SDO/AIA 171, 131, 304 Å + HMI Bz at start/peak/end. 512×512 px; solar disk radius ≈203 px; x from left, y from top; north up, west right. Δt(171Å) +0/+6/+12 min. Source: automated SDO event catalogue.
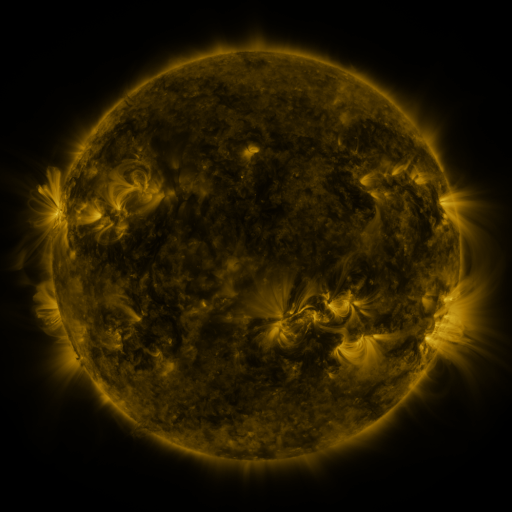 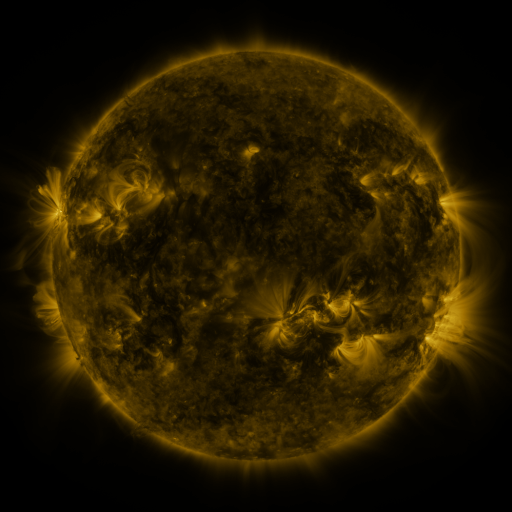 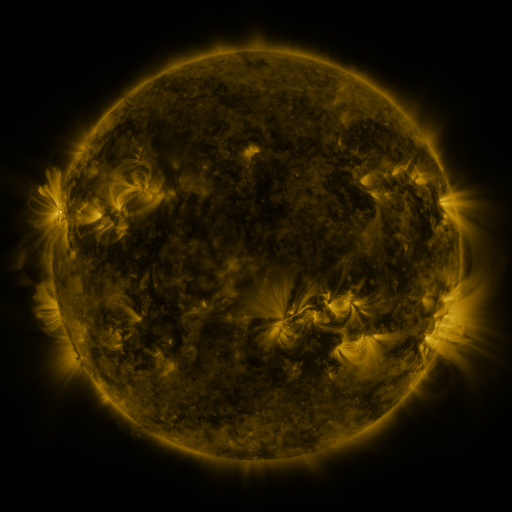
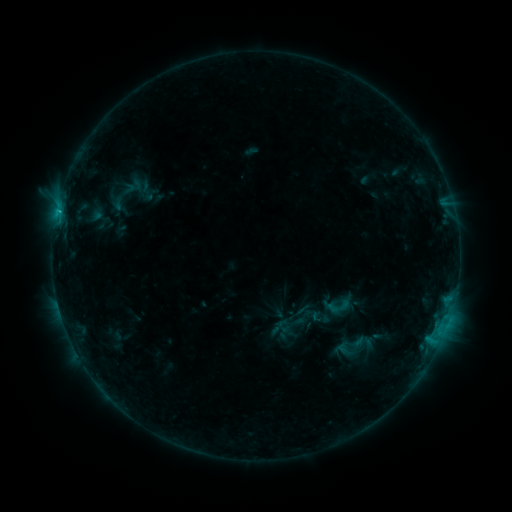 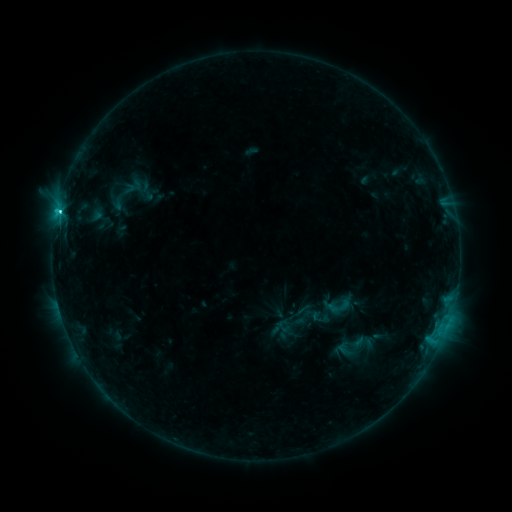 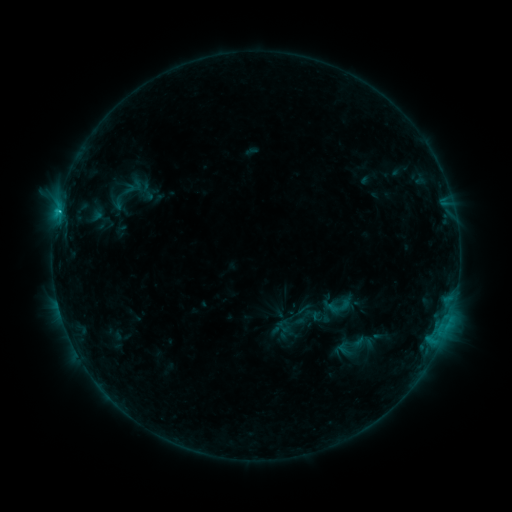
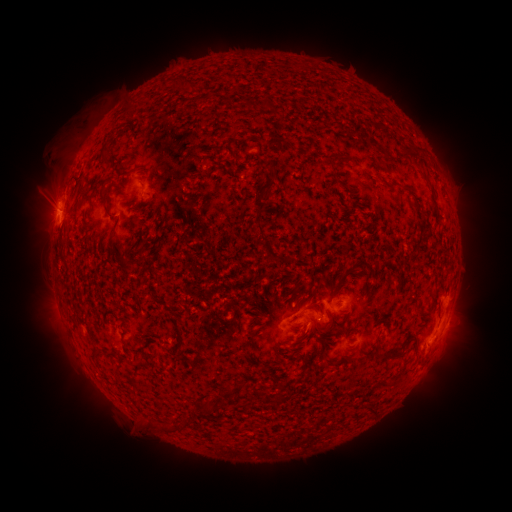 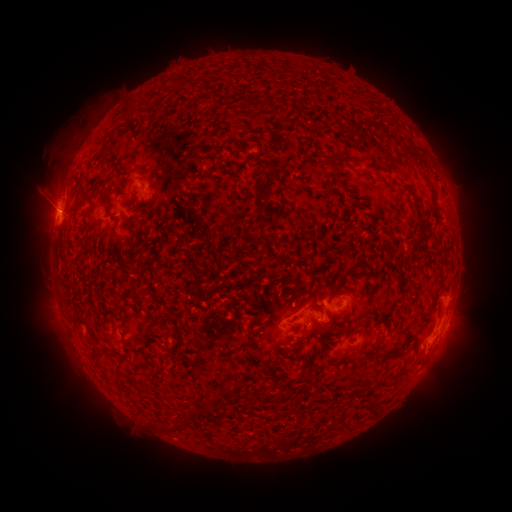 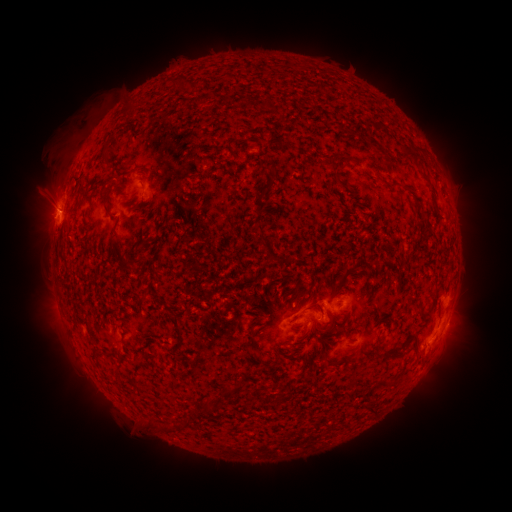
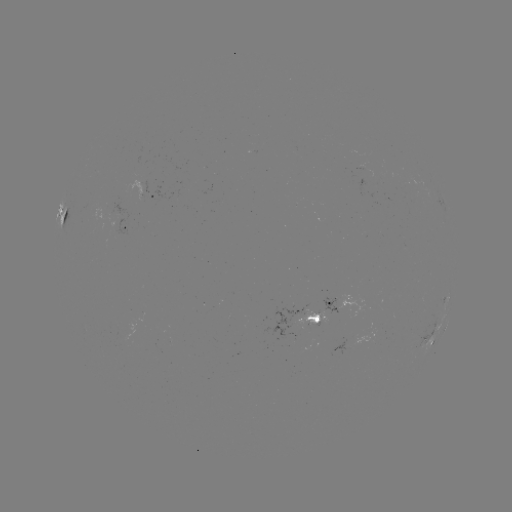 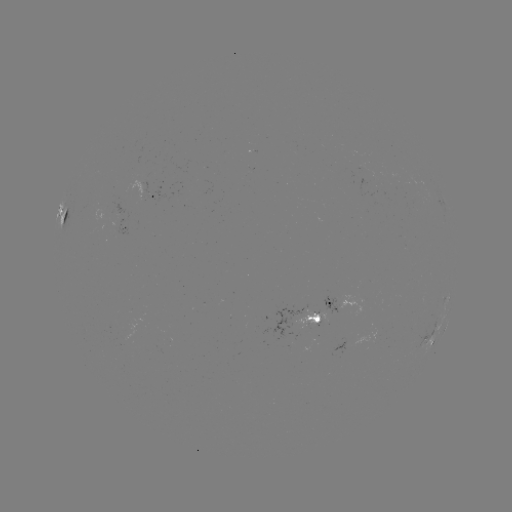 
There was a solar flare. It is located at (59, 215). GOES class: C1.8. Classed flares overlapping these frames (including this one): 1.